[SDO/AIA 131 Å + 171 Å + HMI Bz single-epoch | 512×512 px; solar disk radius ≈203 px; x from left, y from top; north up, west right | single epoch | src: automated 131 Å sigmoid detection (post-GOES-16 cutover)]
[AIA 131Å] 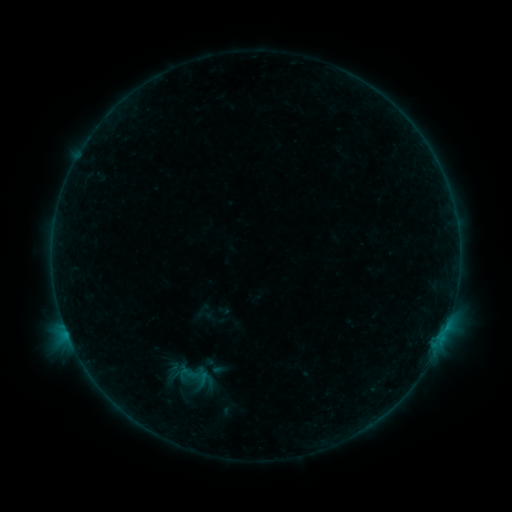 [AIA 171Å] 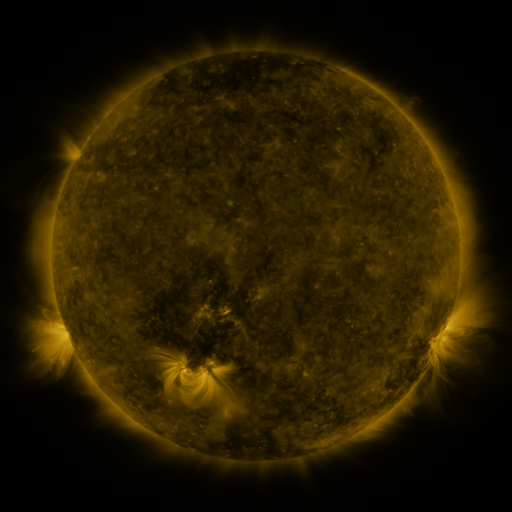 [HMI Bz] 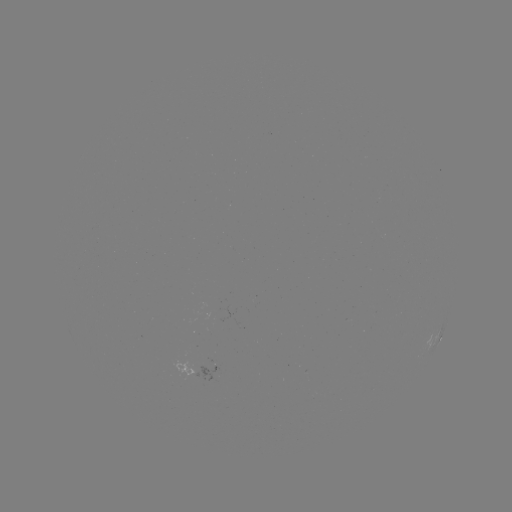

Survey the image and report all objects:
sigmoid: (179, 362, 217, 389)
